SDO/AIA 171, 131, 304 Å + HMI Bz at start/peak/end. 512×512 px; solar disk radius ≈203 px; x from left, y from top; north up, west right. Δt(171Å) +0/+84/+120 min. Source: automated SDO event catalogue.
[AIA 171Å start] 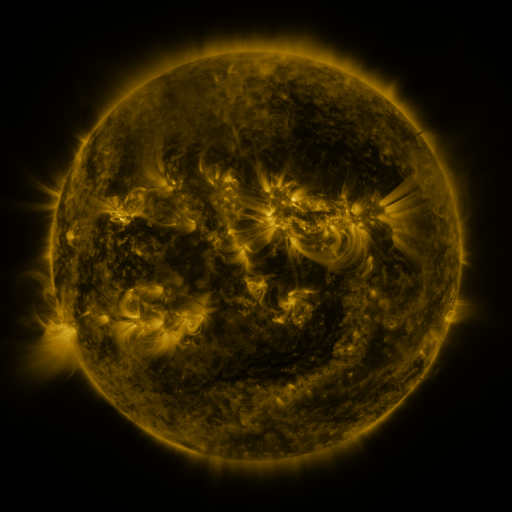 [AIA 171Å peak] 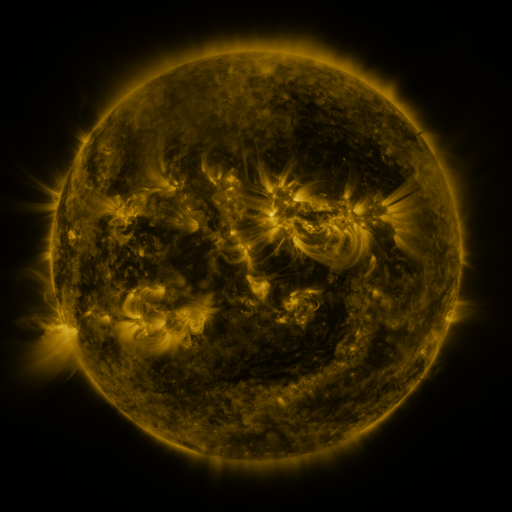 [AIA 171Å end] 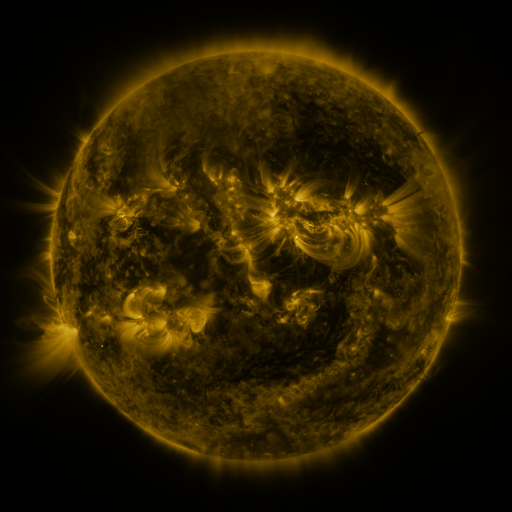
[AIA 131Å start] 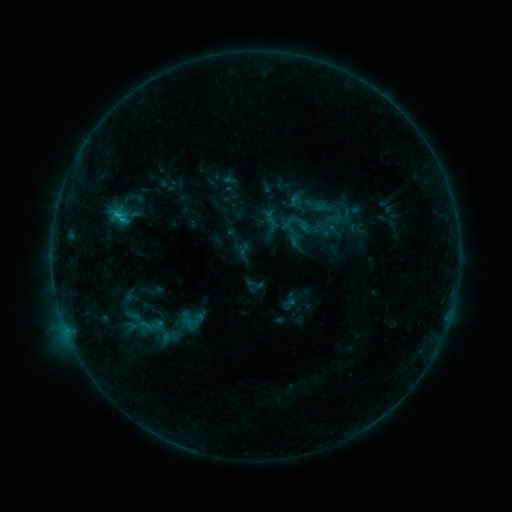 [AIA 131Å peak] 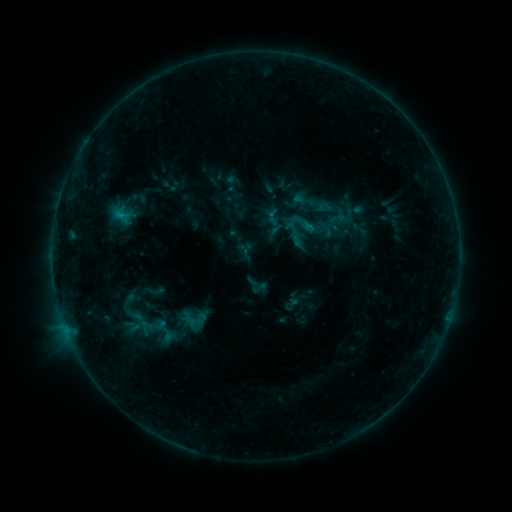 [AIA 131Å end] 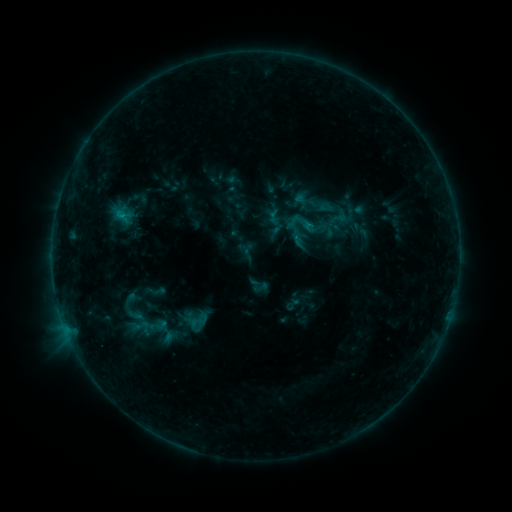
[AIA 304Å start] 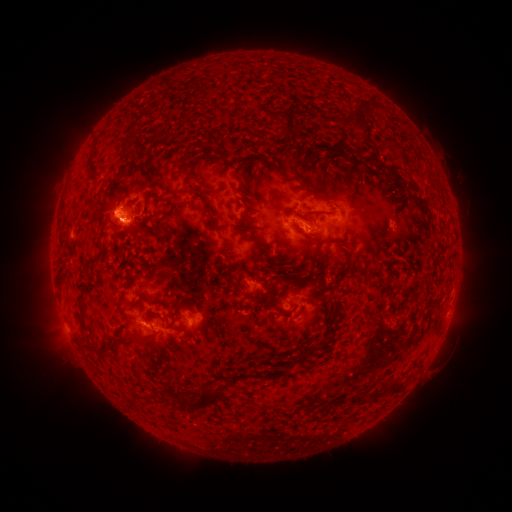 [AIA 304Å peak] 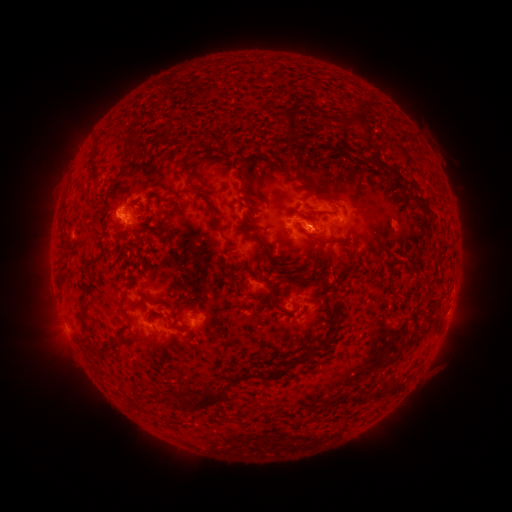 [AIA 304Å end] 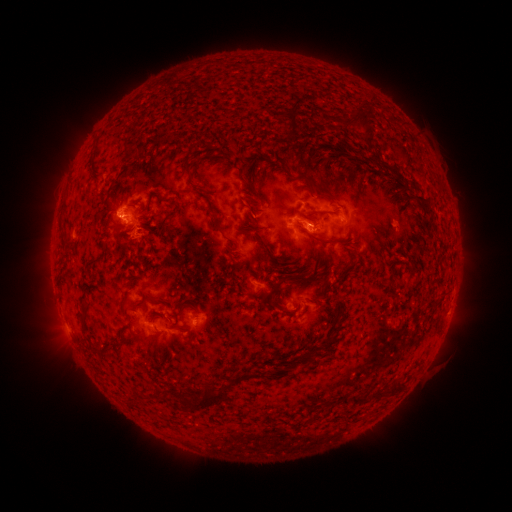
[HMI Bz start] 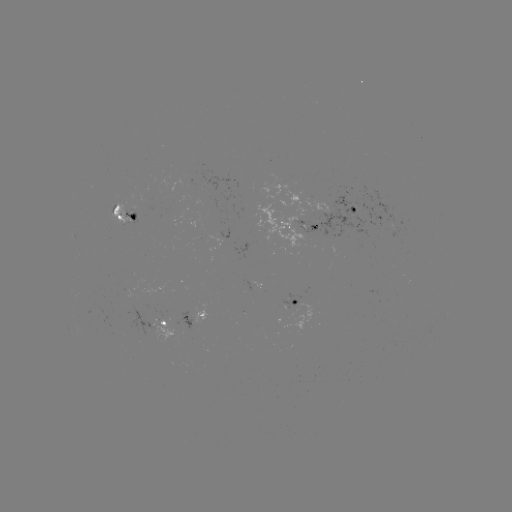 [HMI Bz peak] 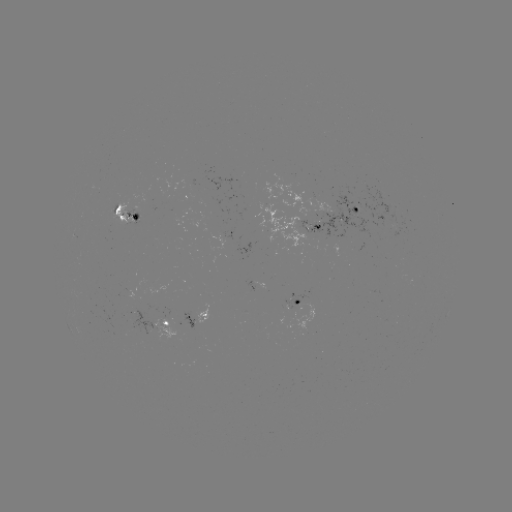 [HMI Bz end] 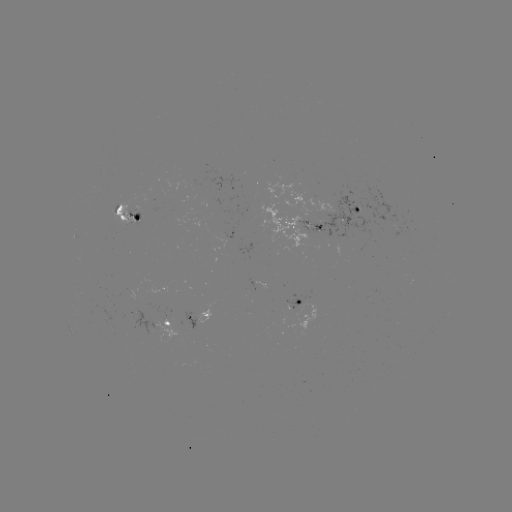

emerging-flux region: [127, 197, 144, 223]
